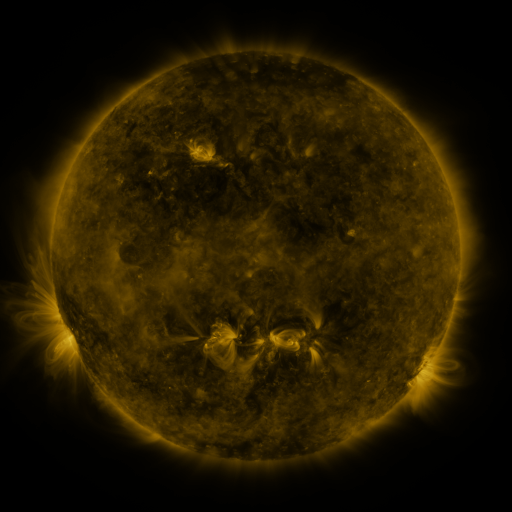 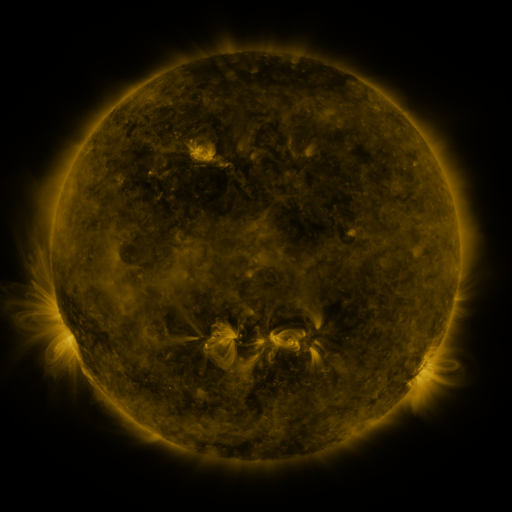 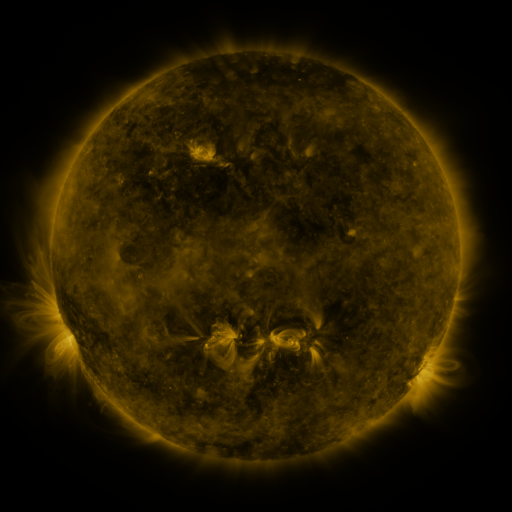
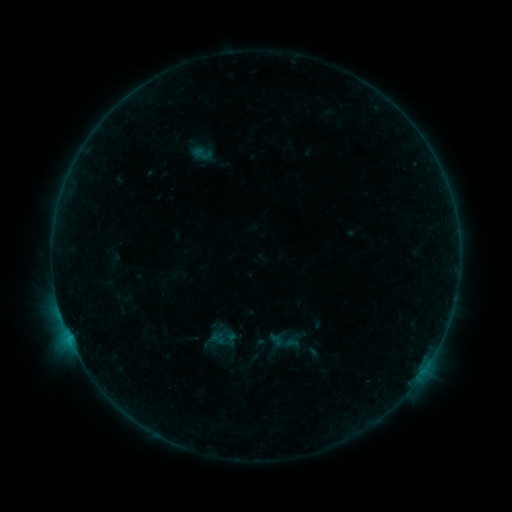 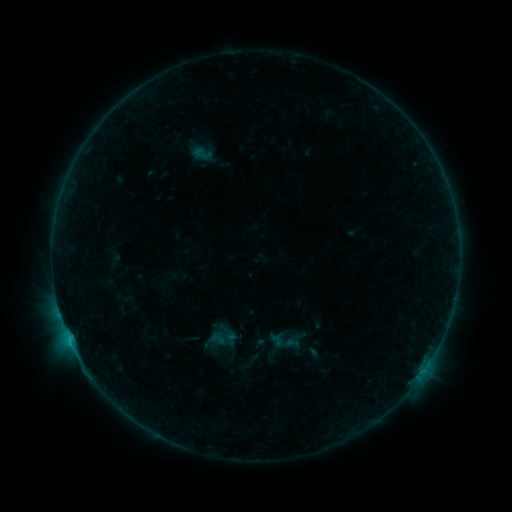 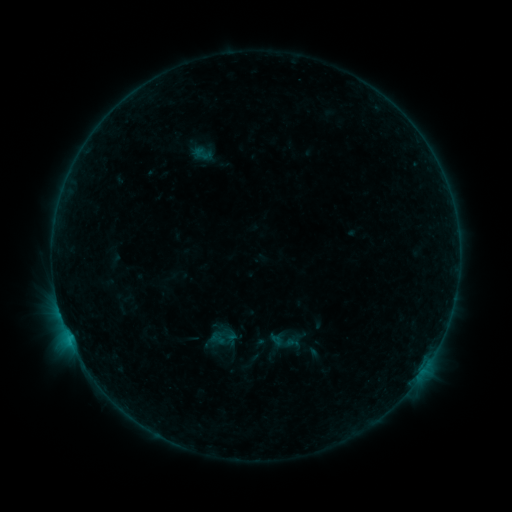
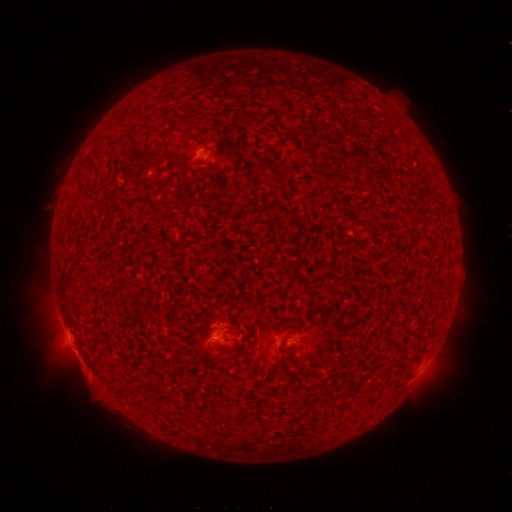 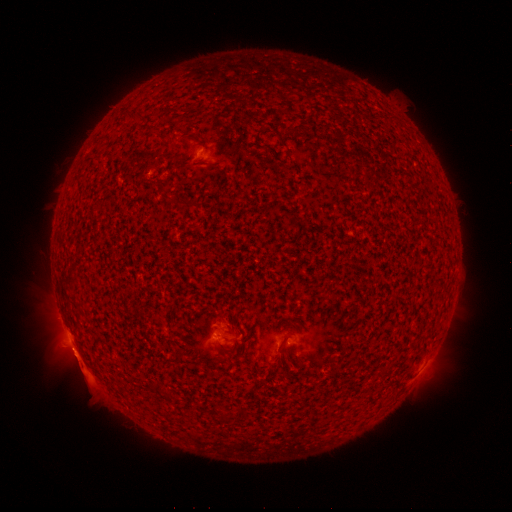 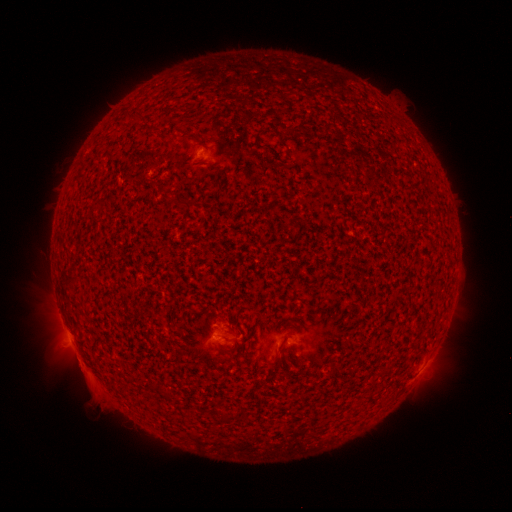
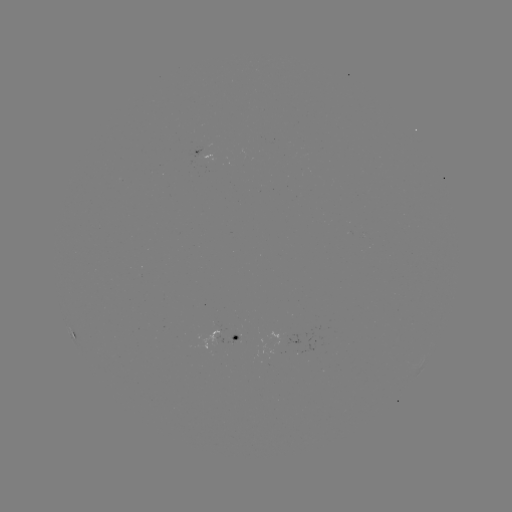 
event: eruption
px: (78, 360)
